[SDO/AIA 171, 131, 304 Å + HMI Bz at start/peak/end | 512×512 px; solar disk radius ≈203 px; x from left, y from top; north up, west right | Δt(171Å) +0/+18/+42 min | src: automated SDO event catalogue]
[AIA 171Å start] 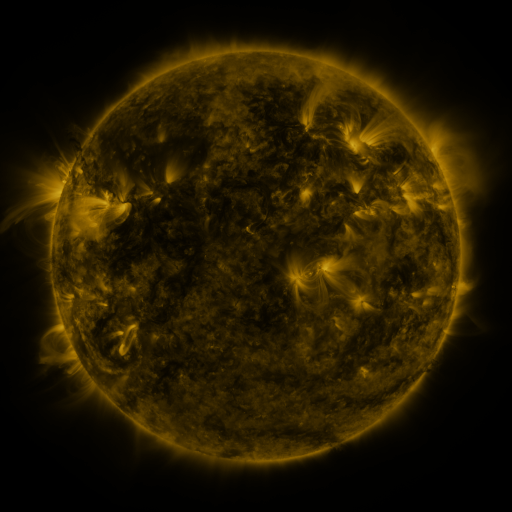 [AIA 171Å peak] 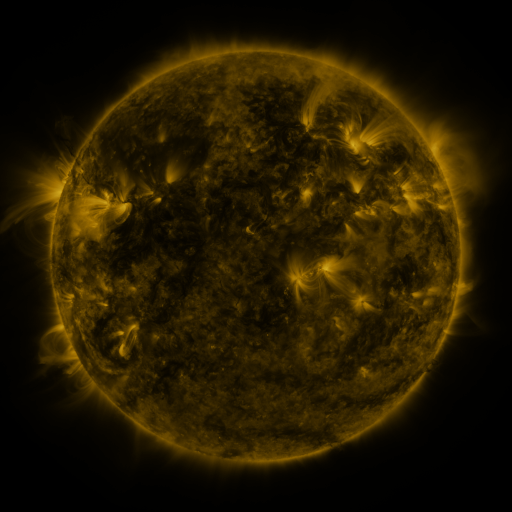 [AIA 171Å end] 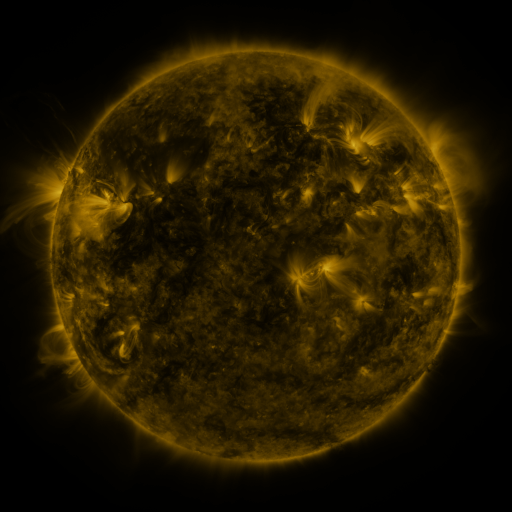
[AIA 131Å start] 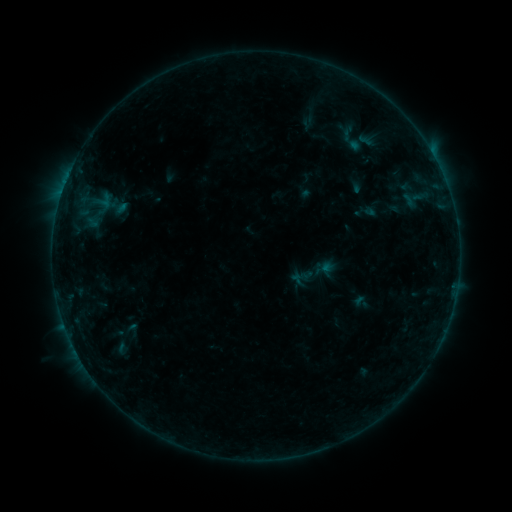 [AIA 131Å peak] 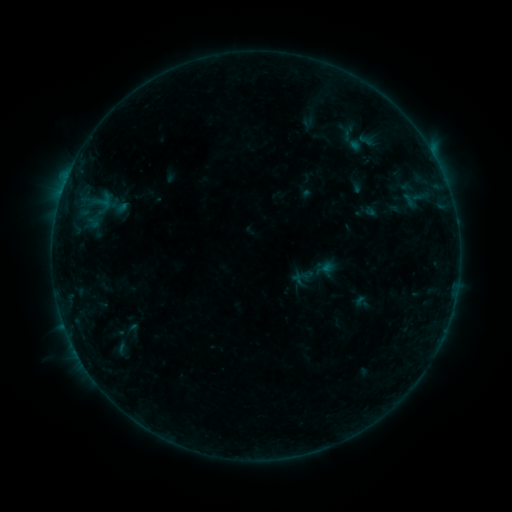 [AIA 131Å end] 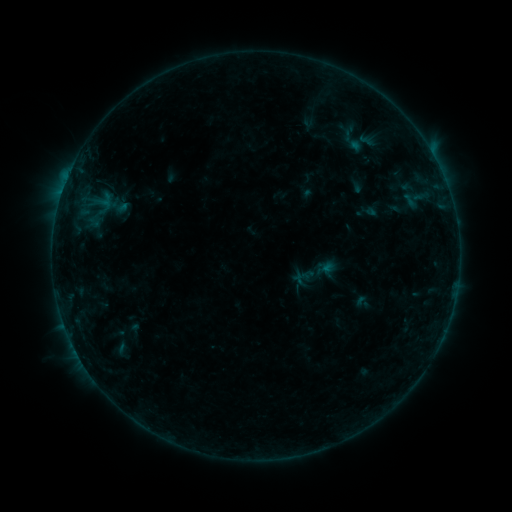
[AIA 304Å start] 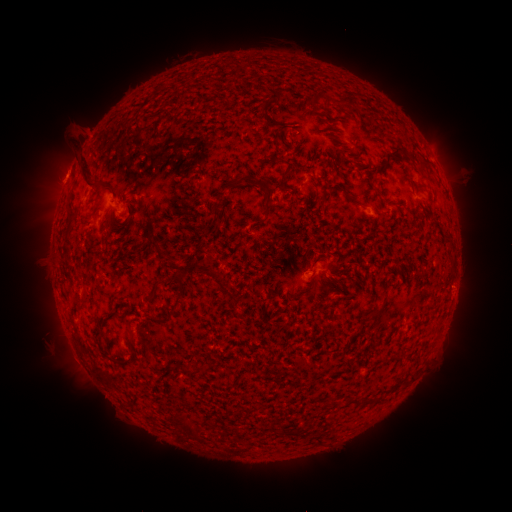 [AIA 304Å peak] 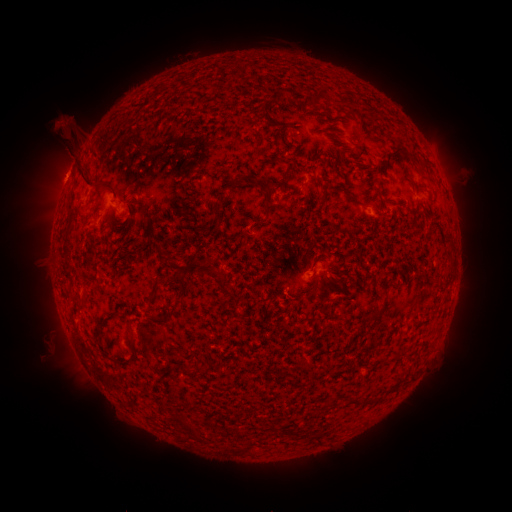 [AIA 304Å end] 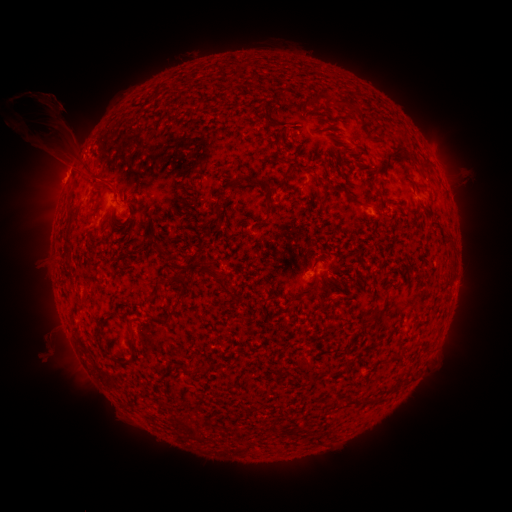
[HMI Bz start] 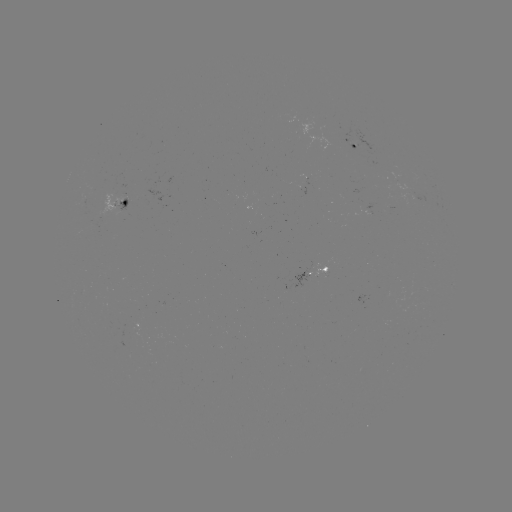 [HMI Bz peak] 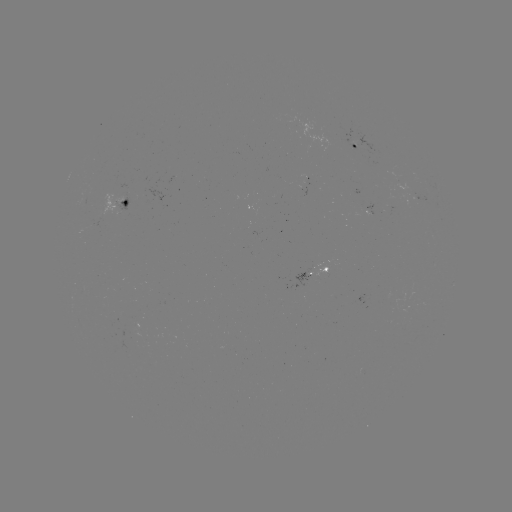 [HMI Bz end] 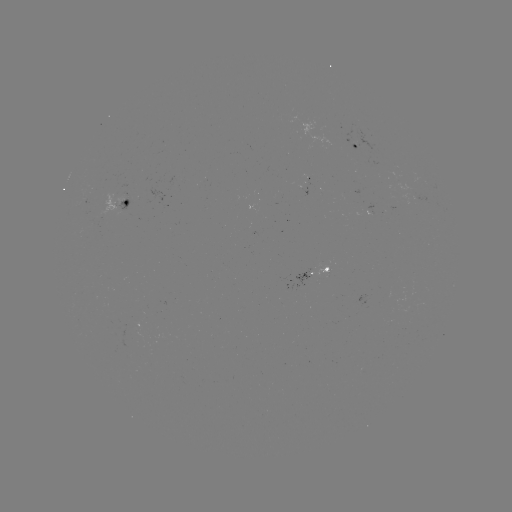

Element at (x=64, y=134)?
eruption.